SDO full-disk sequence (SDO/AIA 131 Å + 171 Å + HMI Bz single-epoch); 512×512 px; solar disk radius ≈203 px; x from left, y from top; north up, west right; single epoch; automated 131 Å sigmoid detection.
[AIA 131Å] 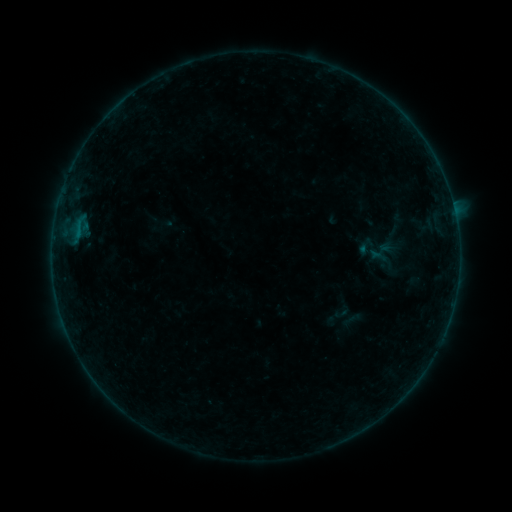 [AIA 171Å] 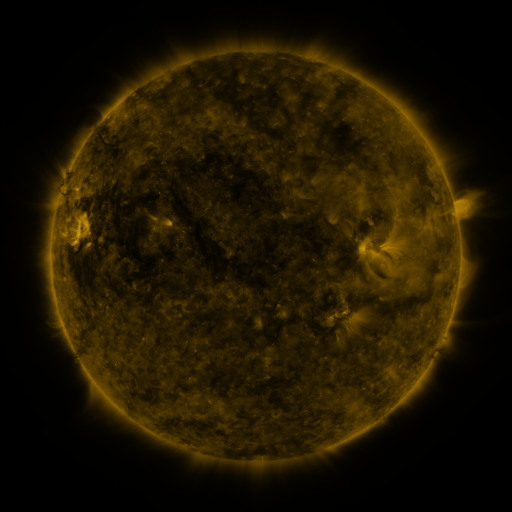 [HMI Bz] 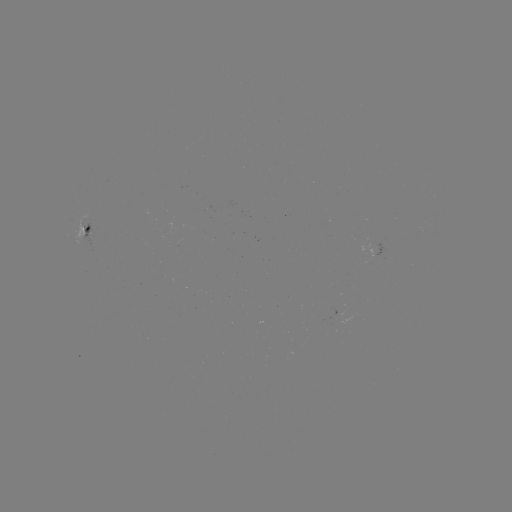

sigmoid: <bbox>370, 248, 388, 265</bbox>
